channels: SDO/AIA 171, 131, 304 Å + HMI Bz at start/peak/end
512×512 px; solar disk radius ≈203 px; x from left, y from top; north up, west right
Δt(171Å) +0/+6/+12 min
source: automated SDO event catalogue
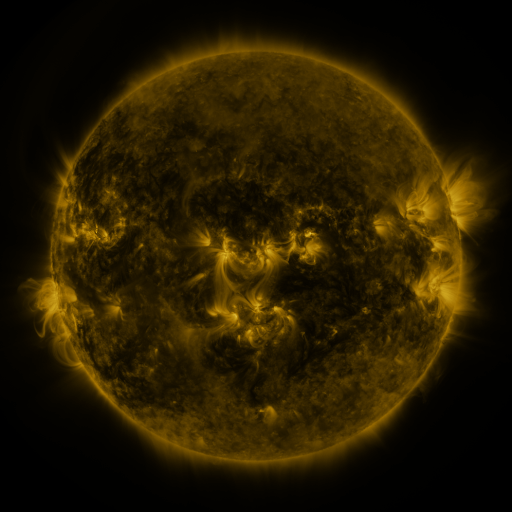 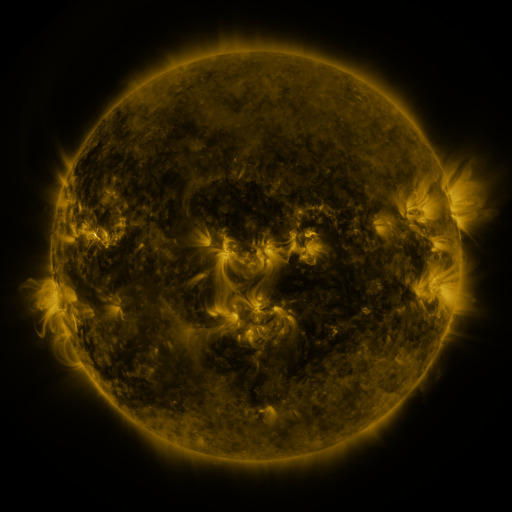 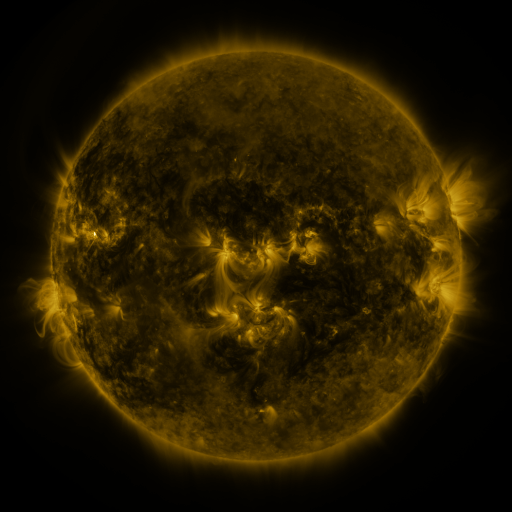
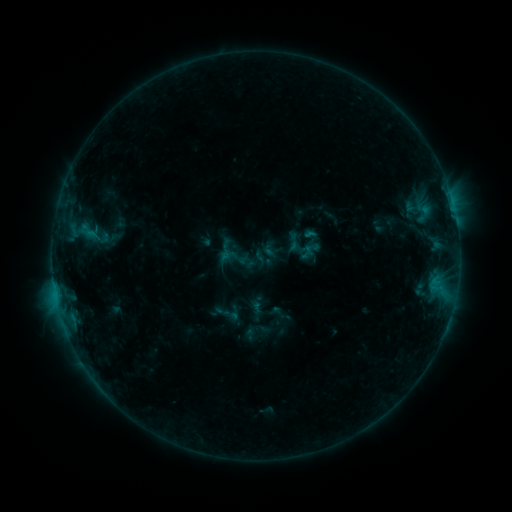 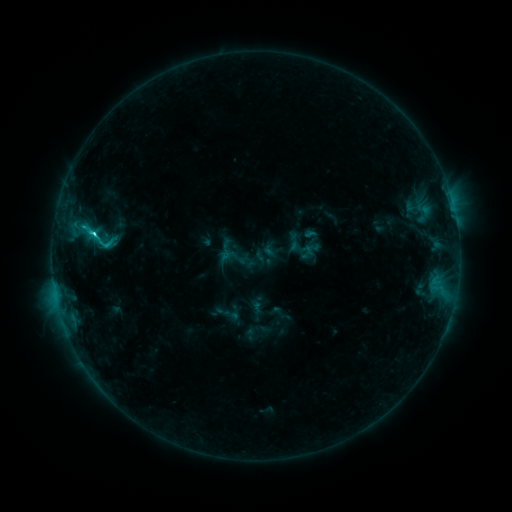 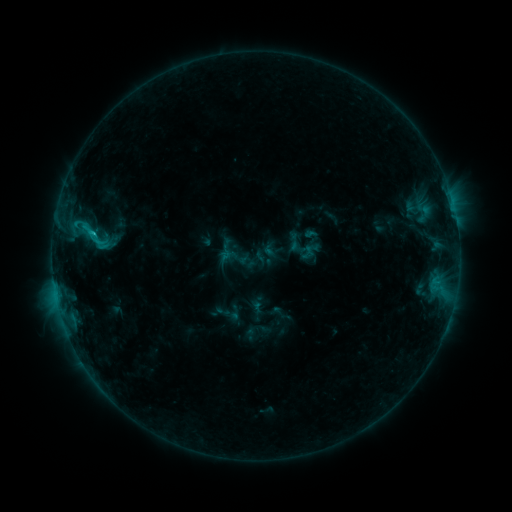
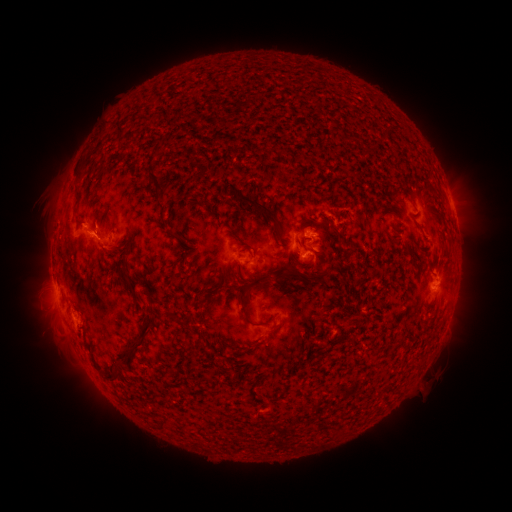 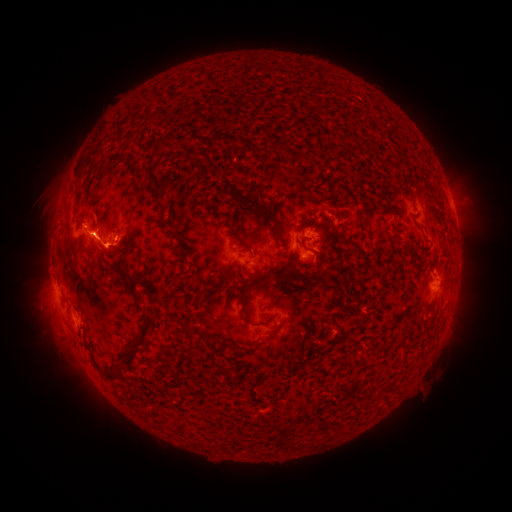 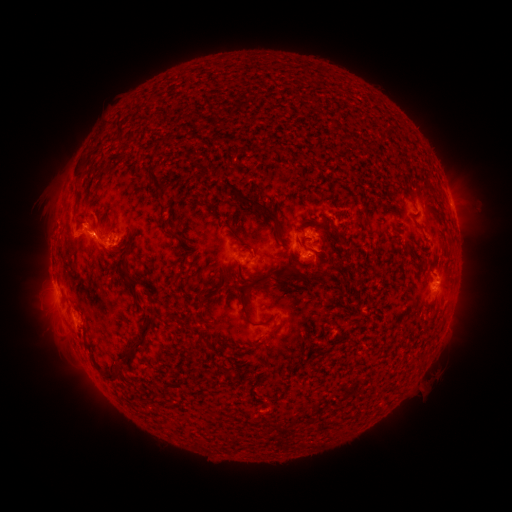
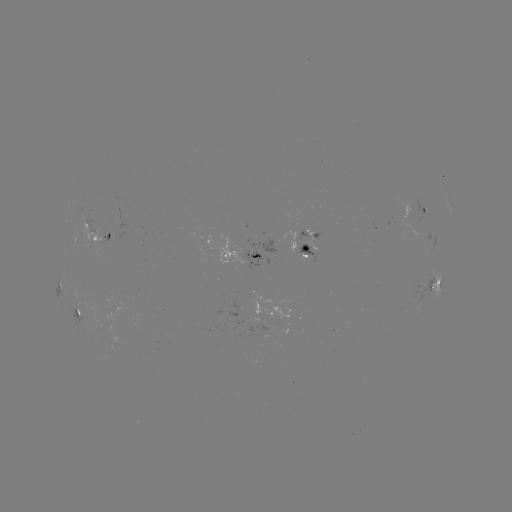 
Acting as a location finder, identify eruption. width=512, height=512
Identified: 108,253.